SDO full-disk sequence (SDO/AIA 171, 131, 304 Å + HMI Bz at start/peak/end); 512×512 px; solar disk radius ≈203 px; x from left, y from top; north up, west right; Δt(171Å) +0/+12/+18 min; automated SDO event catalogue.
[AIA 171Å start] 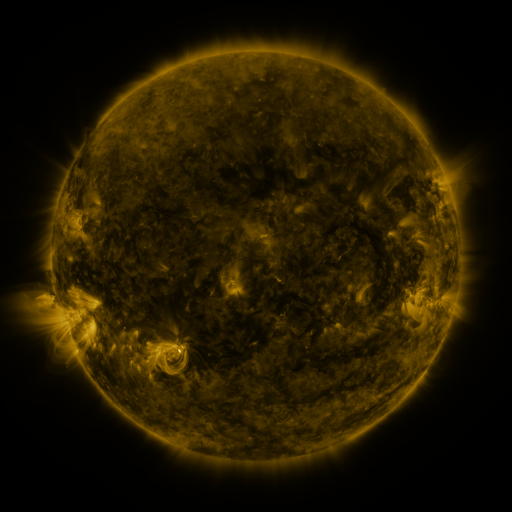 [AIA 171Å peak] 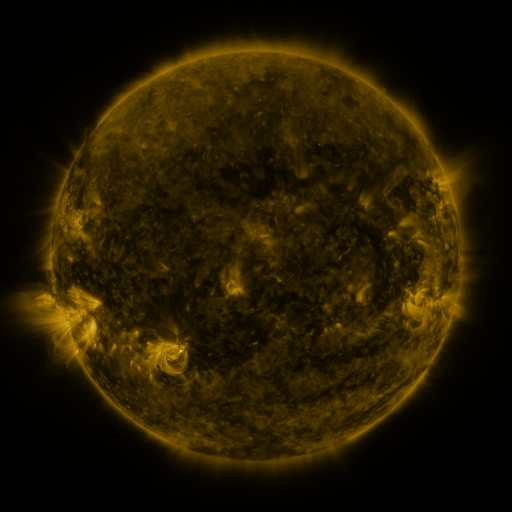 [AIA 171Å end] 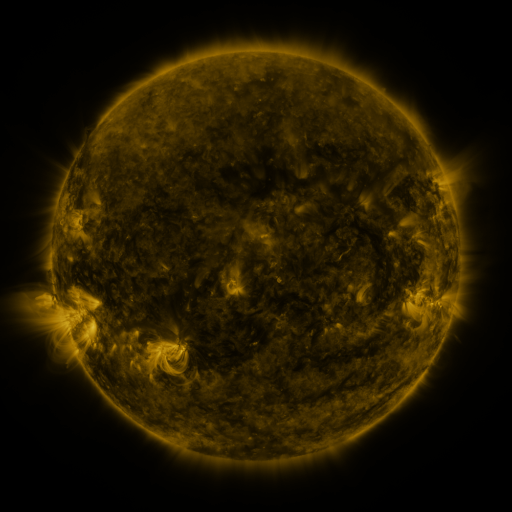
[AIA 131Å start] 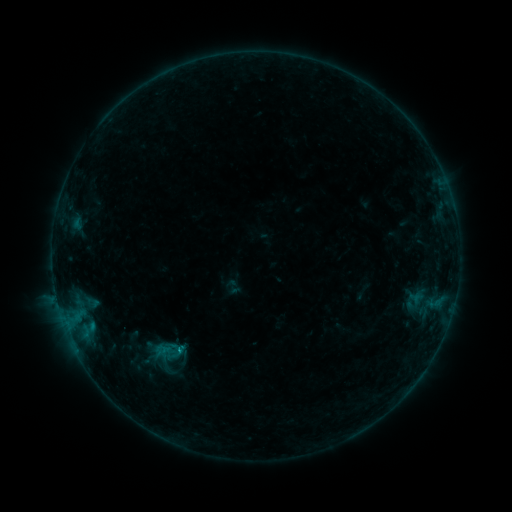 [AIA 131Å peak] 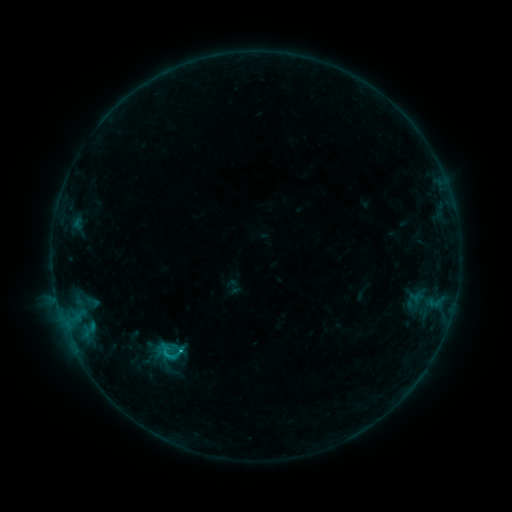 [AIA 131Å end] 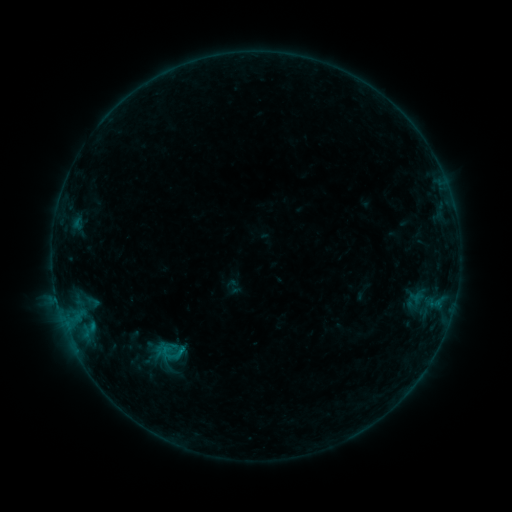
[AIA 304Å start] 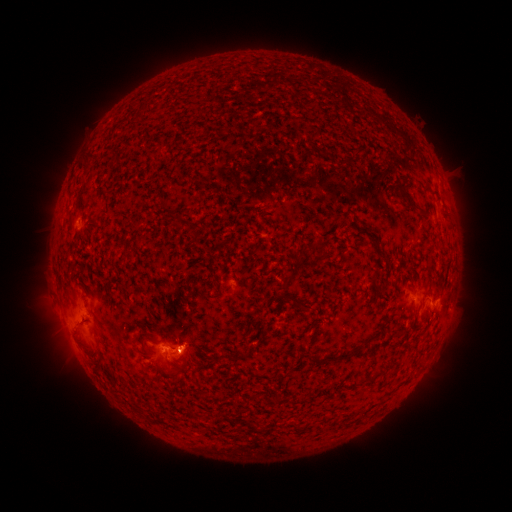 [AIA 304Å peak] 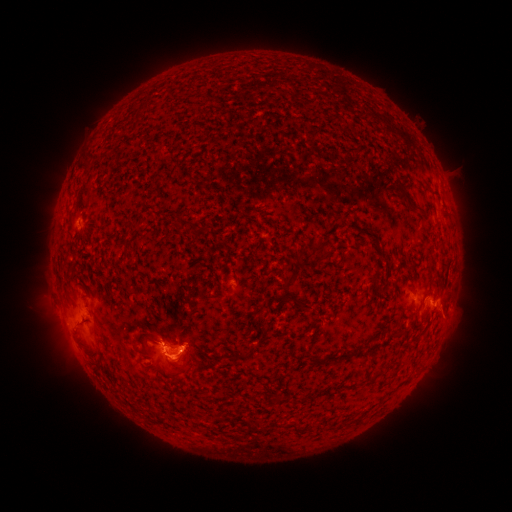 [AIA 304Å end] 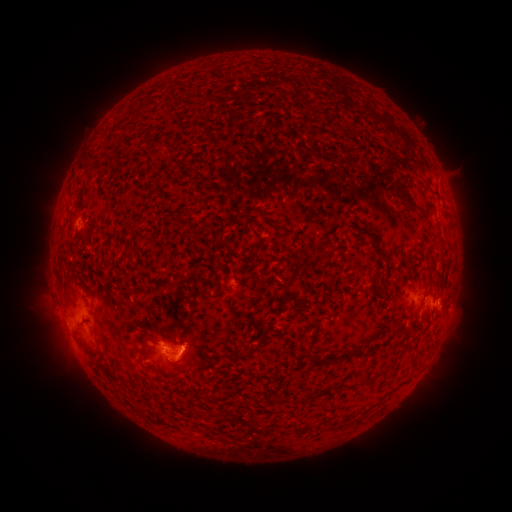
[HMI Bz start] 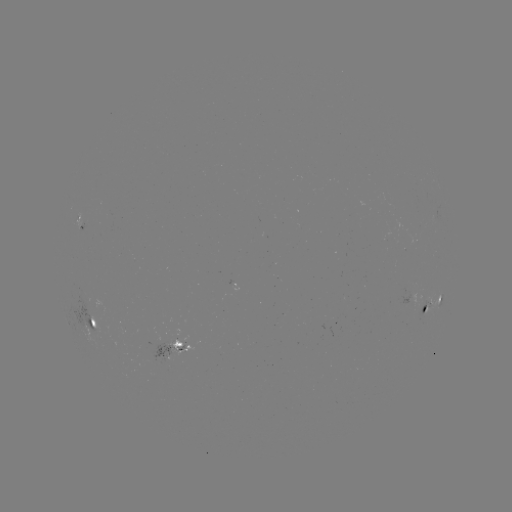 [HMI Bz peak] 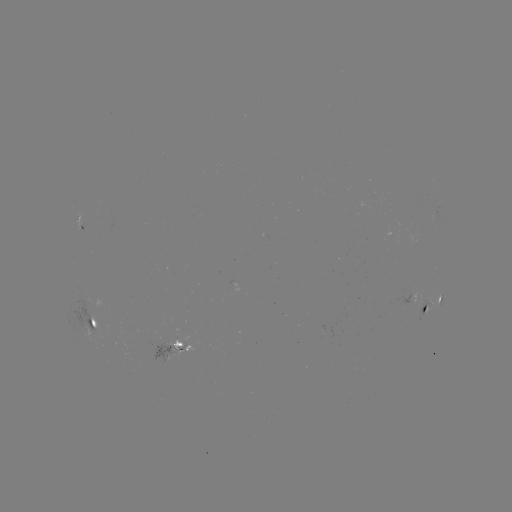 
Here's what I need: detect C1.2 flare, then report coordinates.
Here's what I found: C1.2 flare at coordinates (181, 350).